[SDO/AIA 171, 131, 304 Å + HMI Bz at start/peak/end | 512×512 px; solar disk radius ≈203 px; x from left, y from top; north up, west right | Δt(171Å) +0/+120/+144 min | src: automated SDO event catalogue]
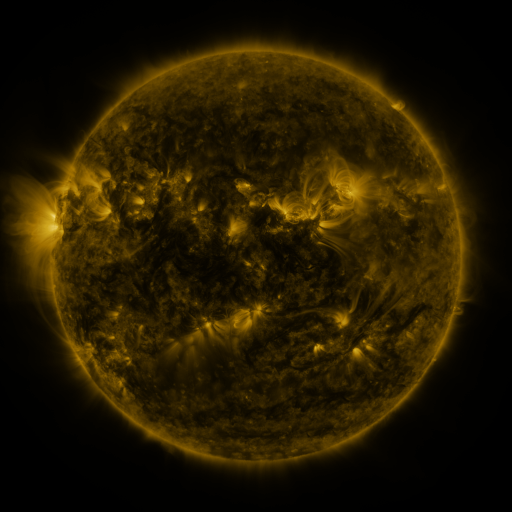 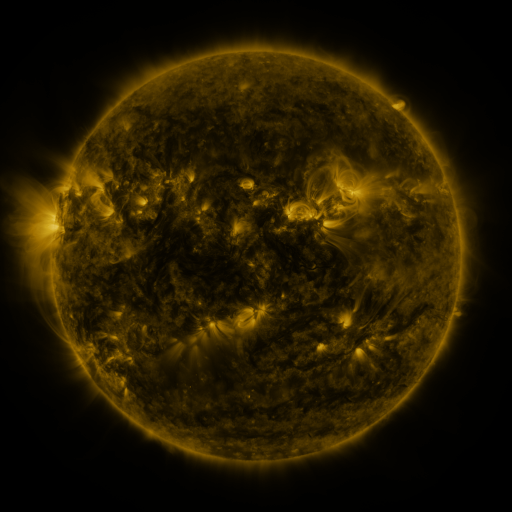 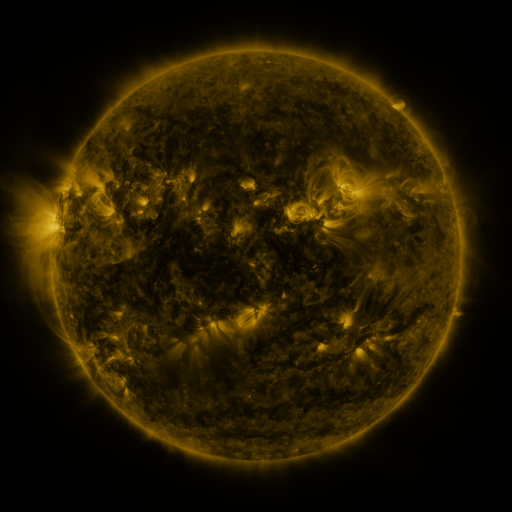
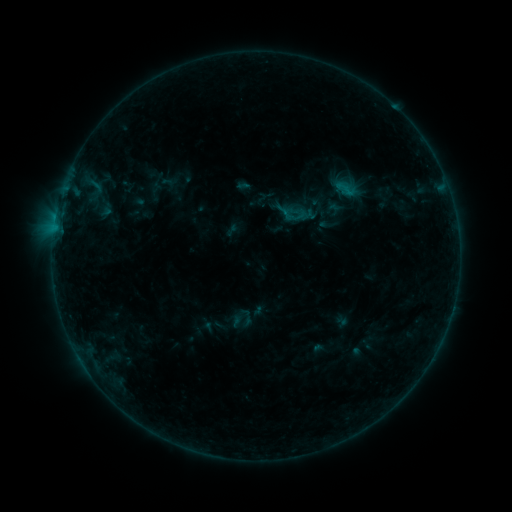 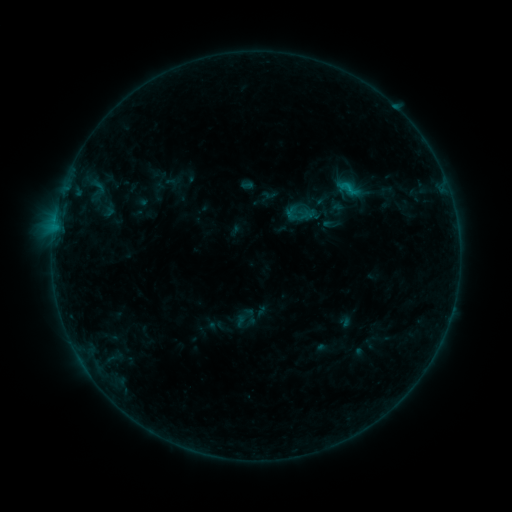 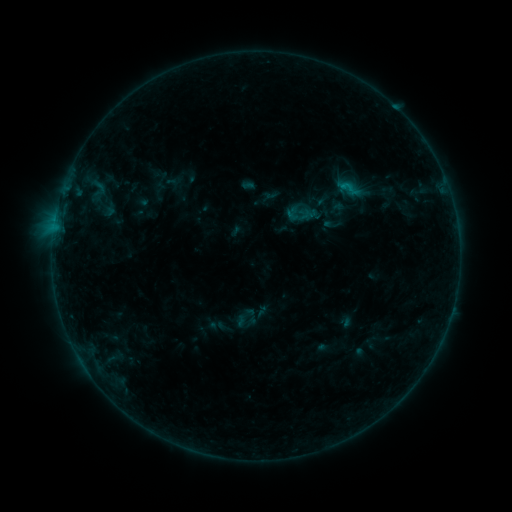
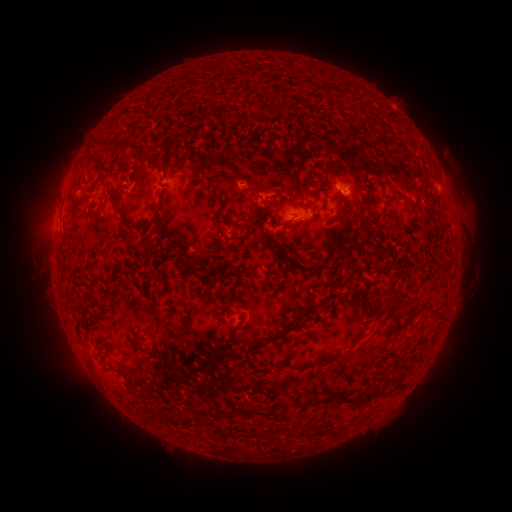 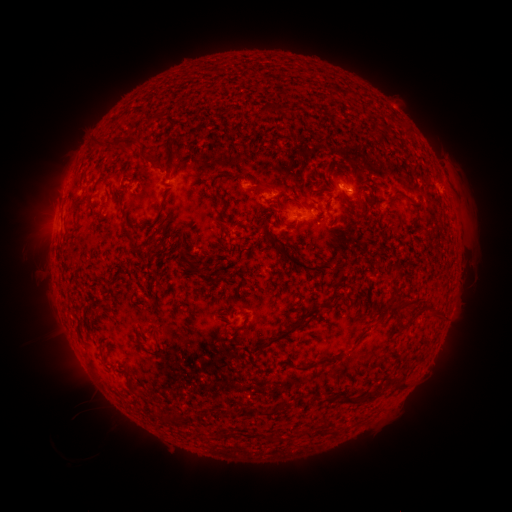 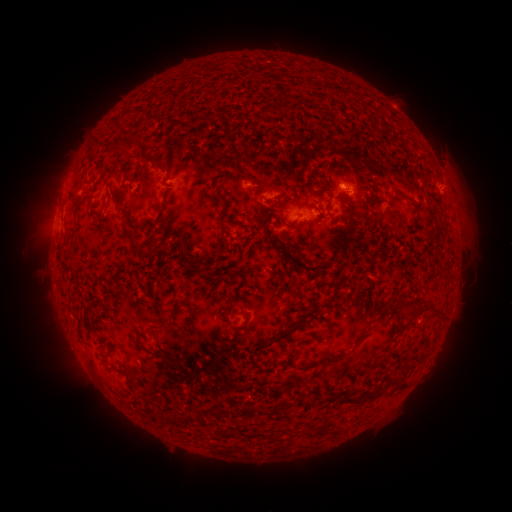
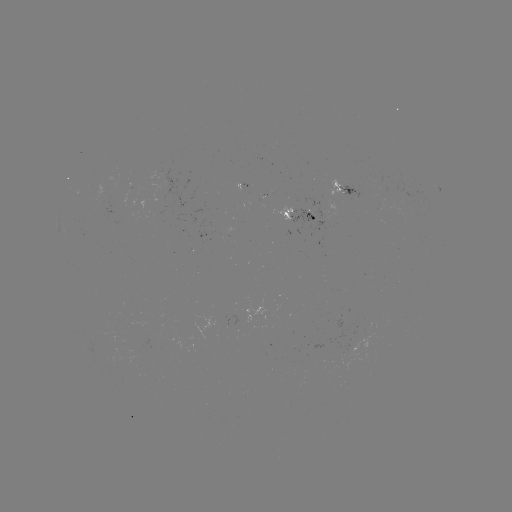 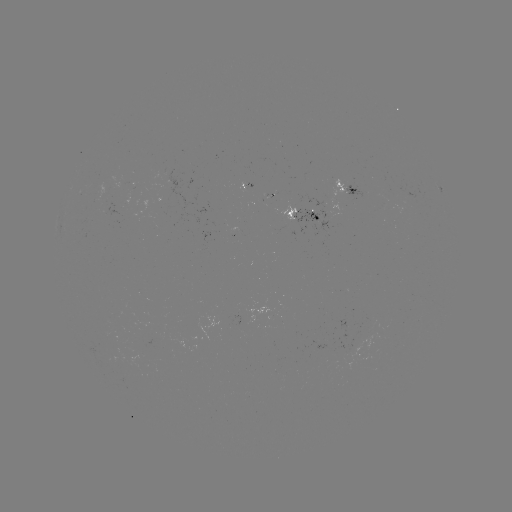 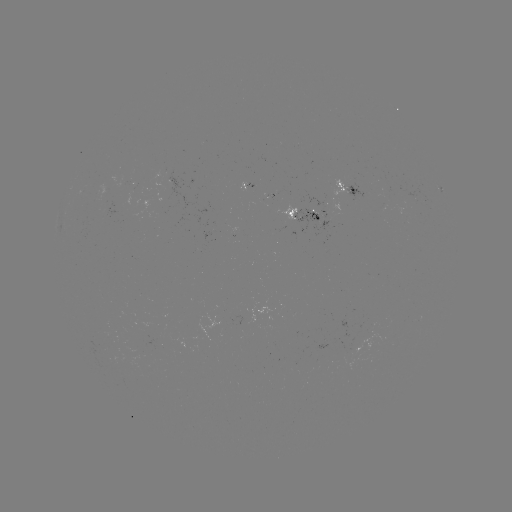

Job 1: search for emerging-flux region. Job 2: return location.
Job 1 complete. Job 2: (272, 195).